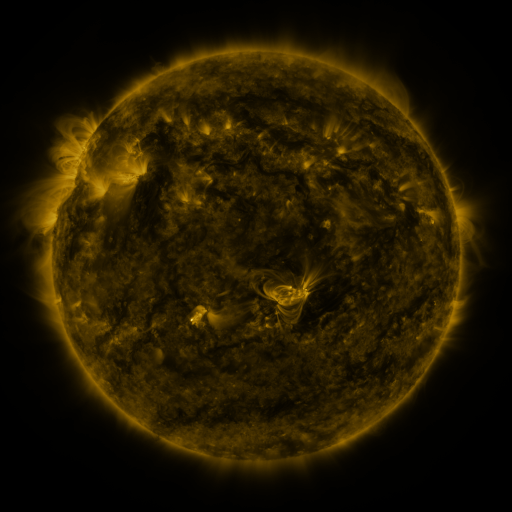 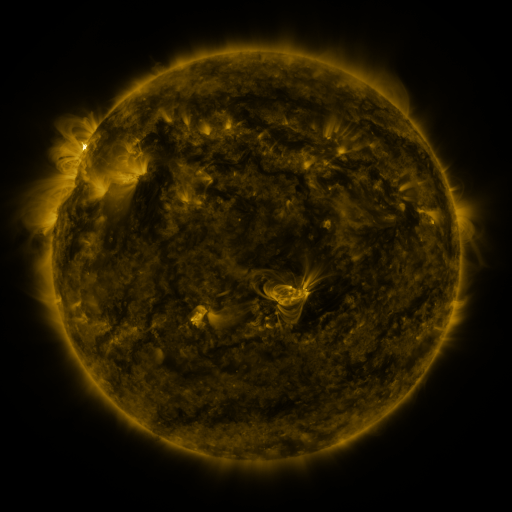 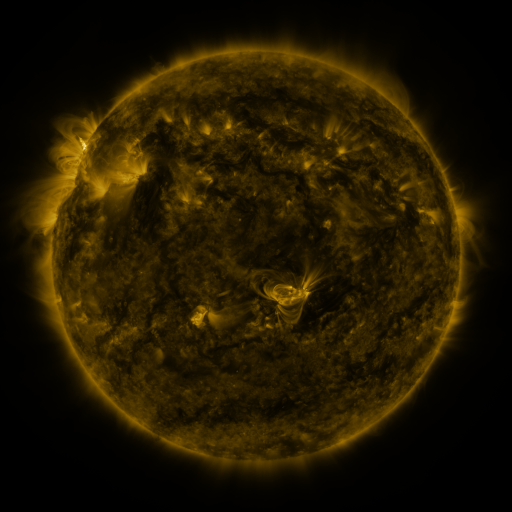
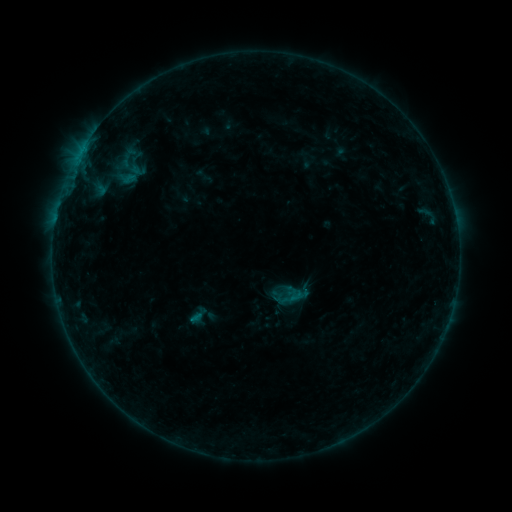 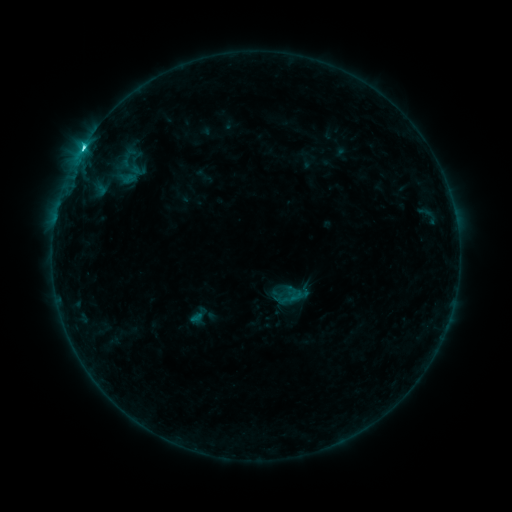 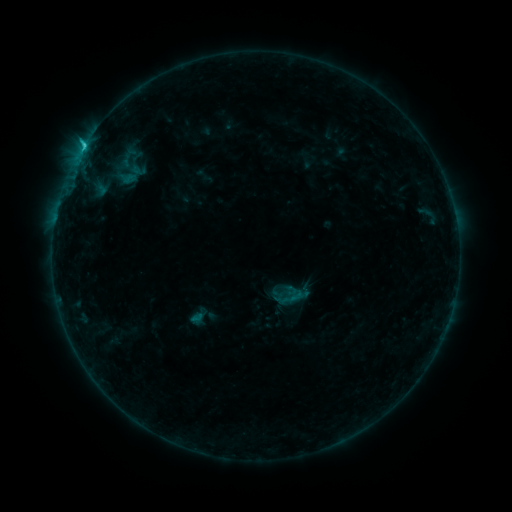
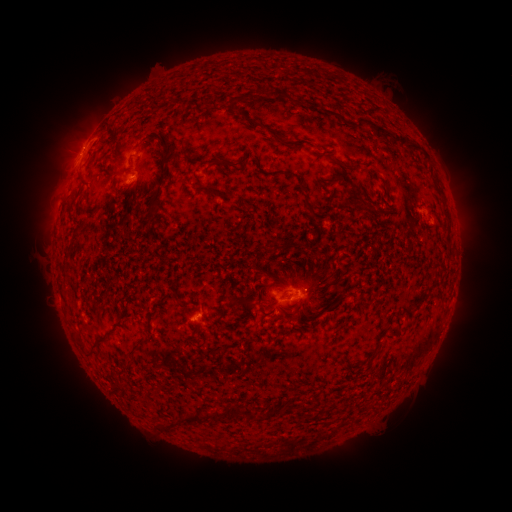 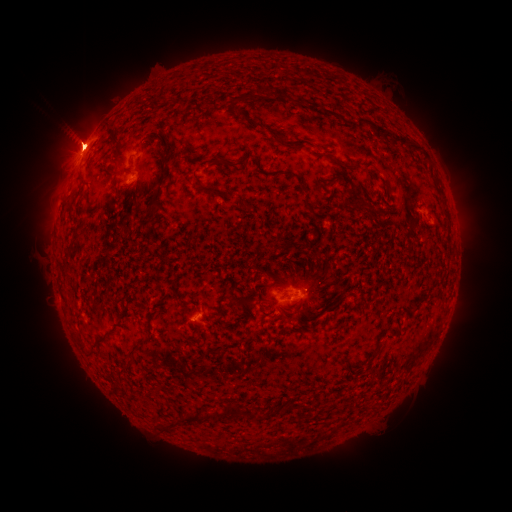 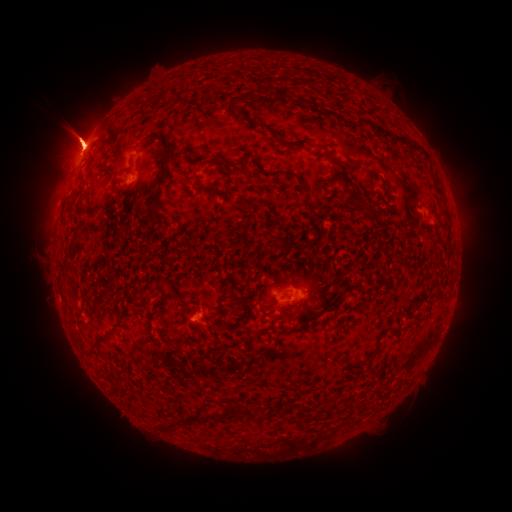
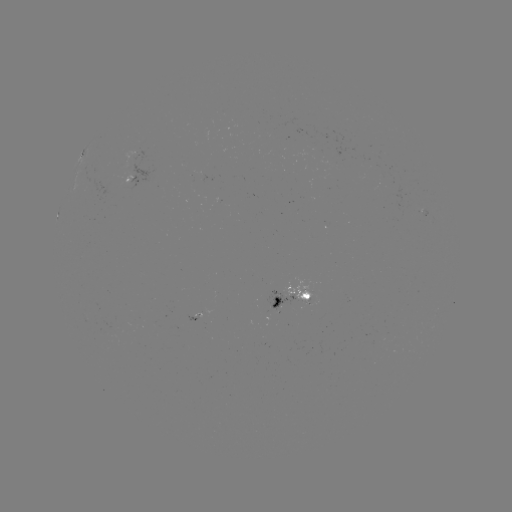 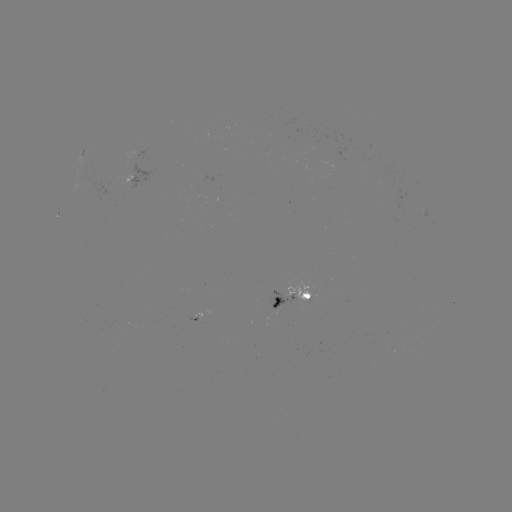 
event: flare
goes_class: C3.9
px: (83, 148)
